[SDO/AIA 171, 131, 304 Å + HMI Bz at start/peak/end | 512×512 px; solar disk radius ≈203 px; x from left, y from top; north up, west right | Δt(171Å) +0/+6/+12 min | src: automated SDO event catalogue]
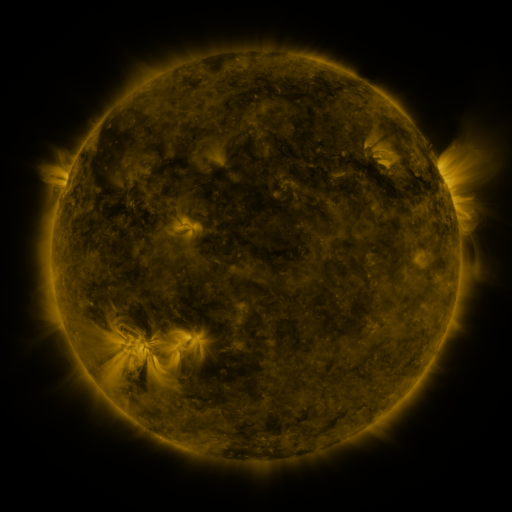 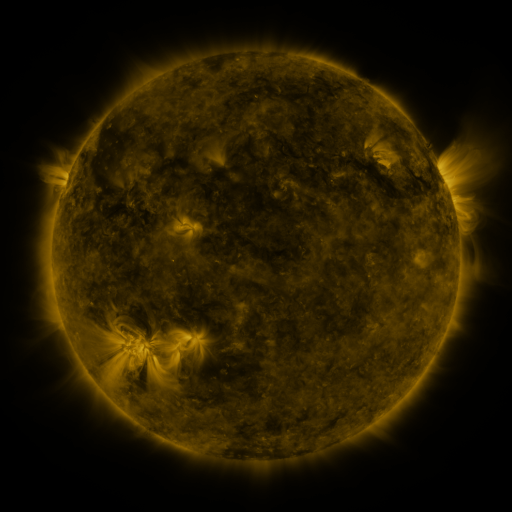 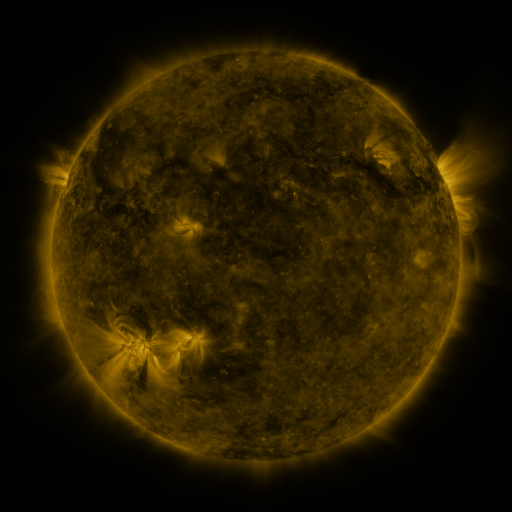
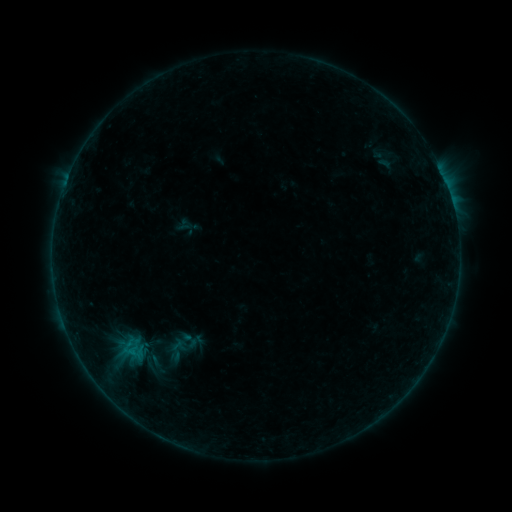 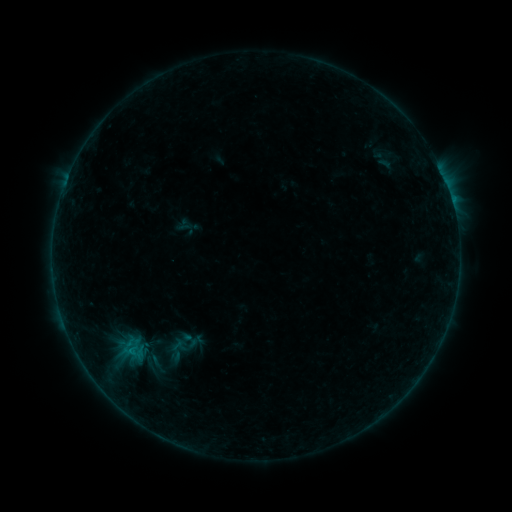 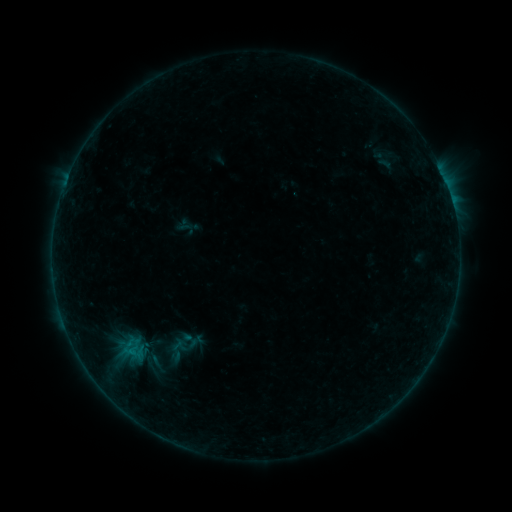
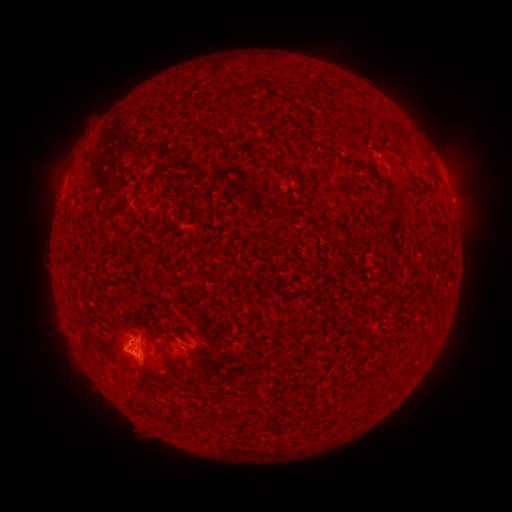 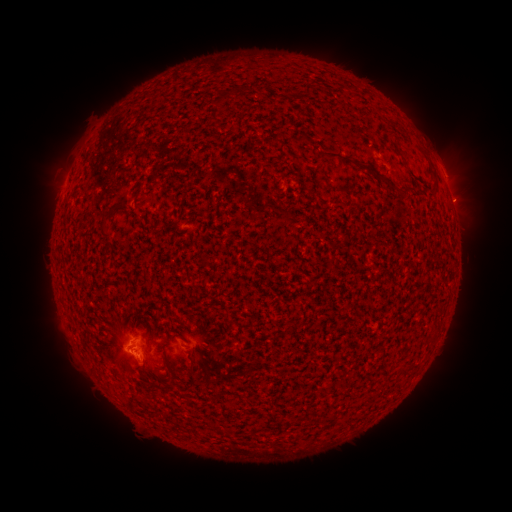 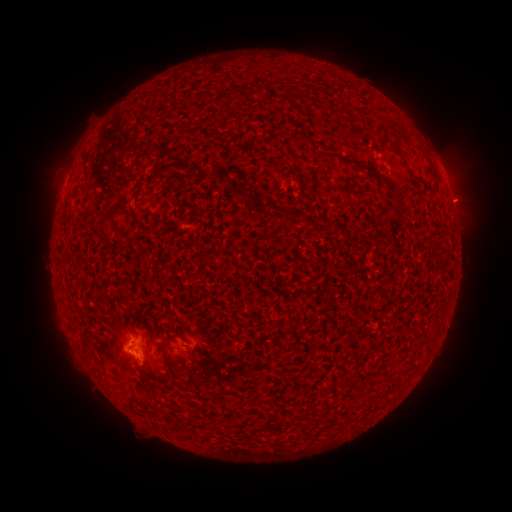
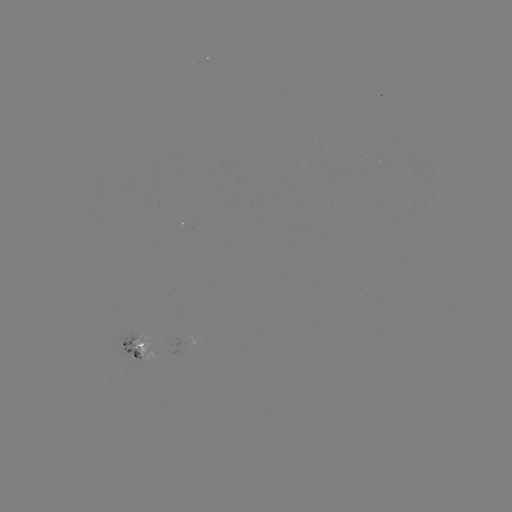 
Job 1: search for eruption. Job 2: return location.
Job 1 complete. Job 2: [463, 190].